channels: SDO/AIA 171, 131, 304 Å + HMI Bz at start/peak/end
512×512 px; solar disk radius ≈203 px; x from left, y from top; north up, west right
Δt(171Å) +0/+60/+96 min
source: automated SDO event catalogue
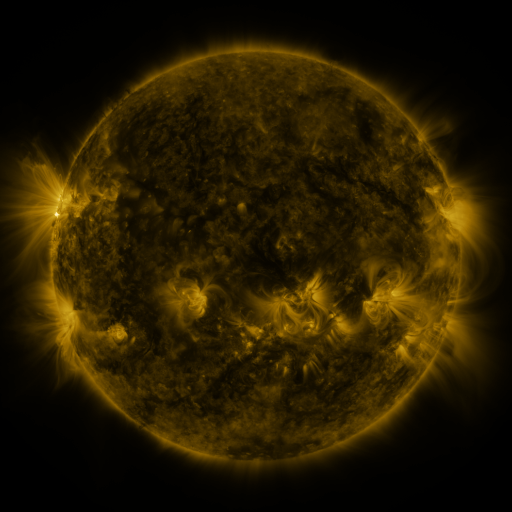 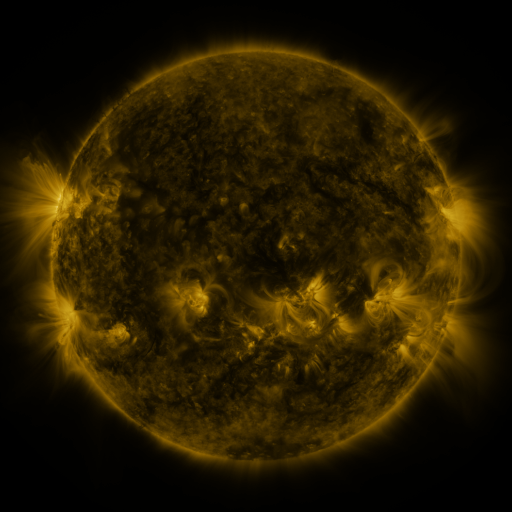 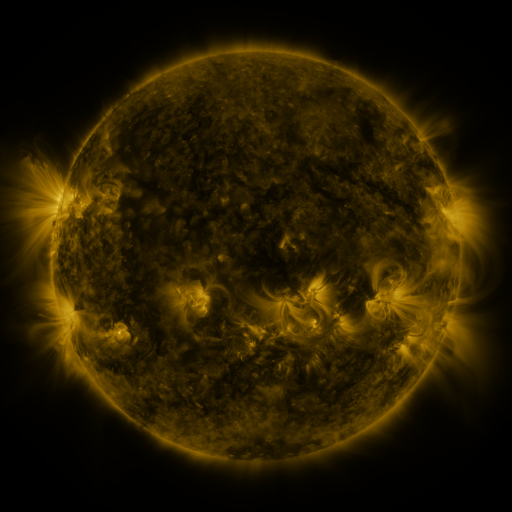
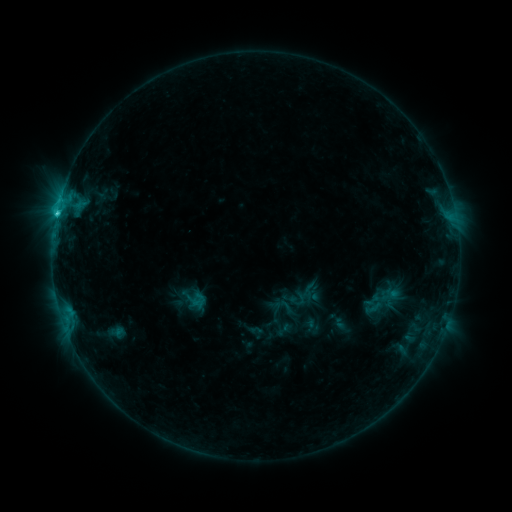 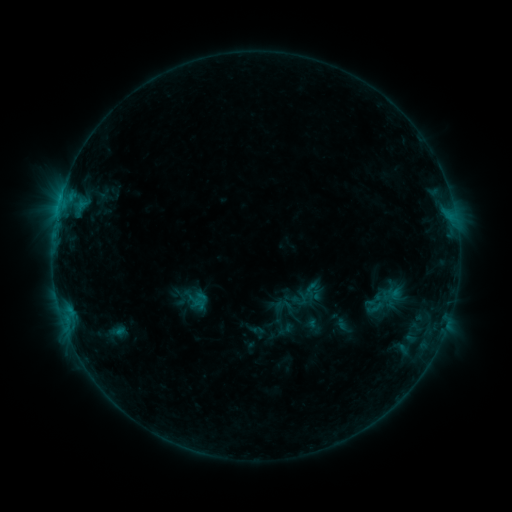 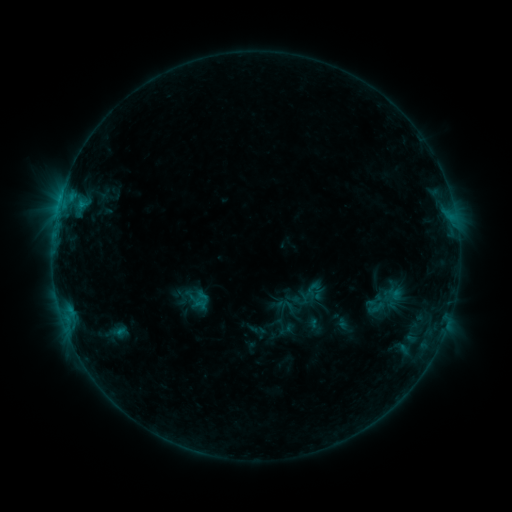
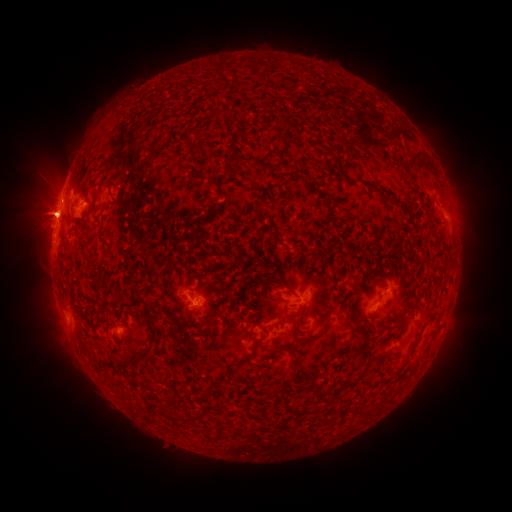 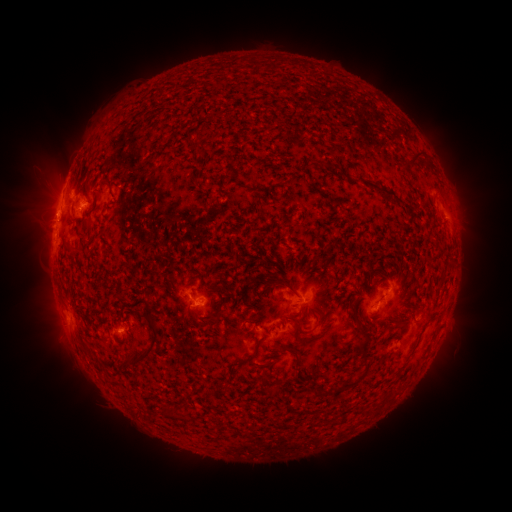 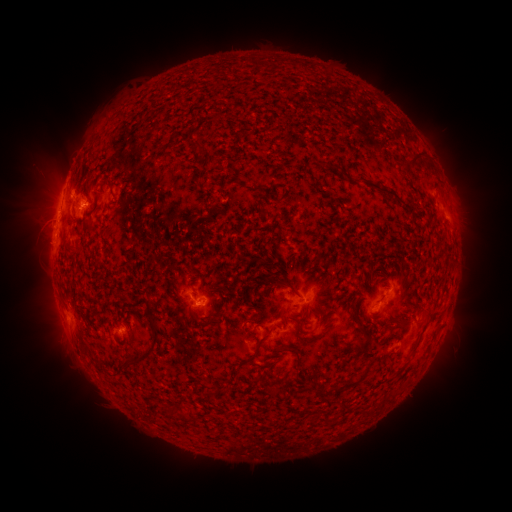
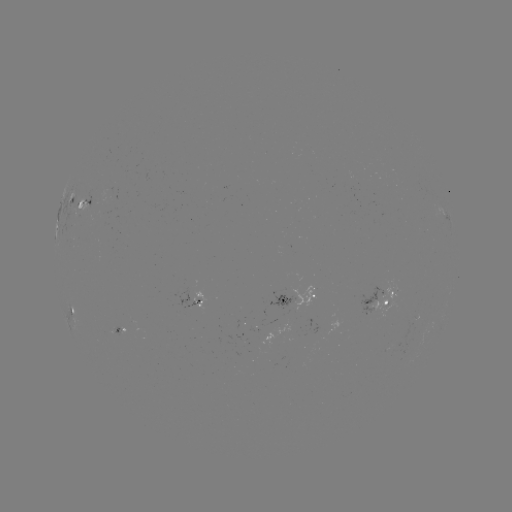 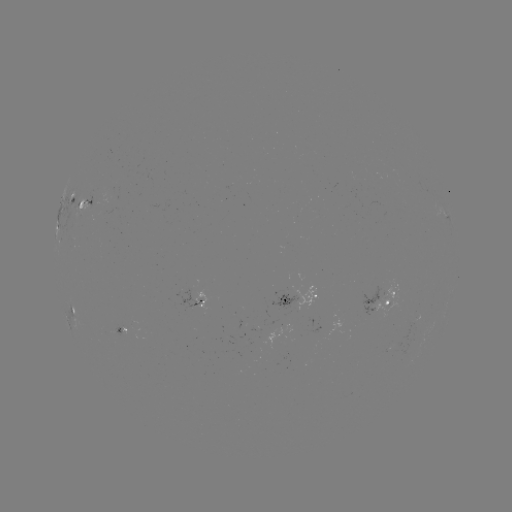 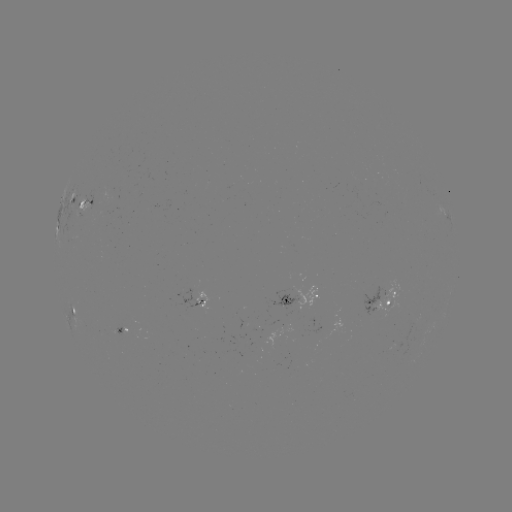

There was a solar emerging-flux region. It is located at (269, 331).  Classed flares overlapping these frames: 1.